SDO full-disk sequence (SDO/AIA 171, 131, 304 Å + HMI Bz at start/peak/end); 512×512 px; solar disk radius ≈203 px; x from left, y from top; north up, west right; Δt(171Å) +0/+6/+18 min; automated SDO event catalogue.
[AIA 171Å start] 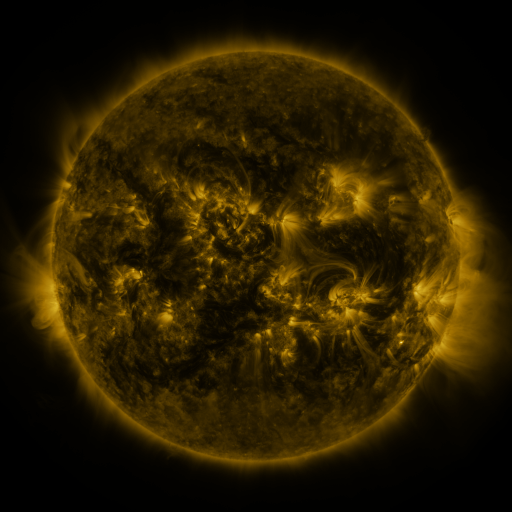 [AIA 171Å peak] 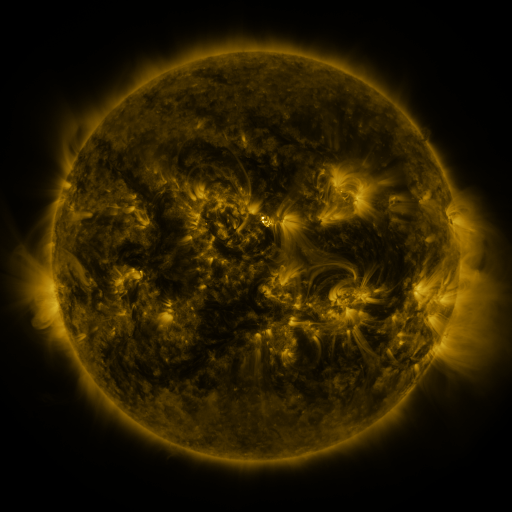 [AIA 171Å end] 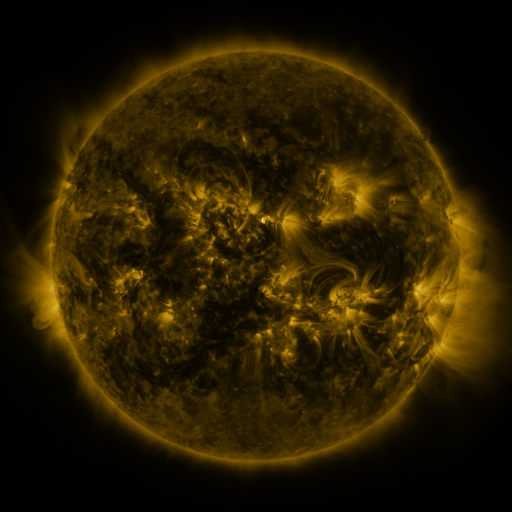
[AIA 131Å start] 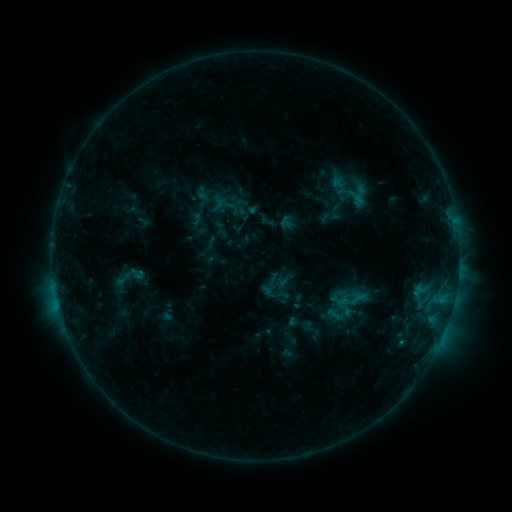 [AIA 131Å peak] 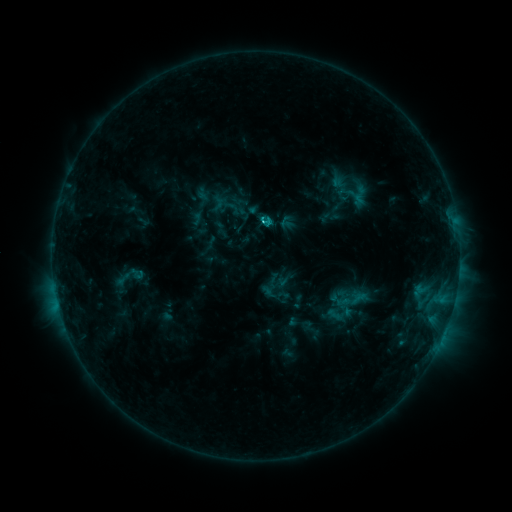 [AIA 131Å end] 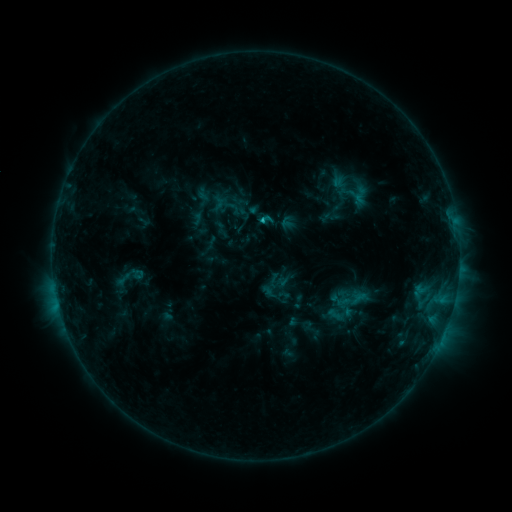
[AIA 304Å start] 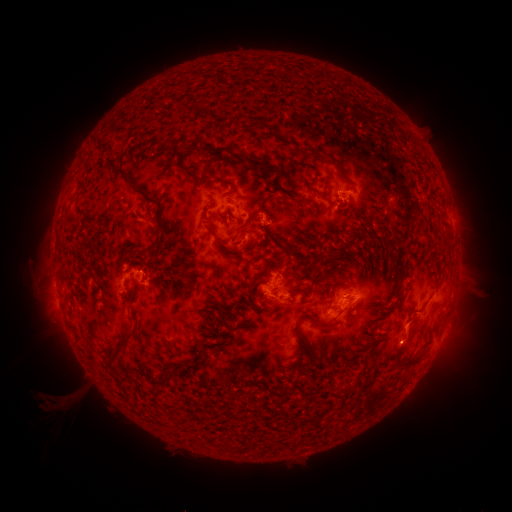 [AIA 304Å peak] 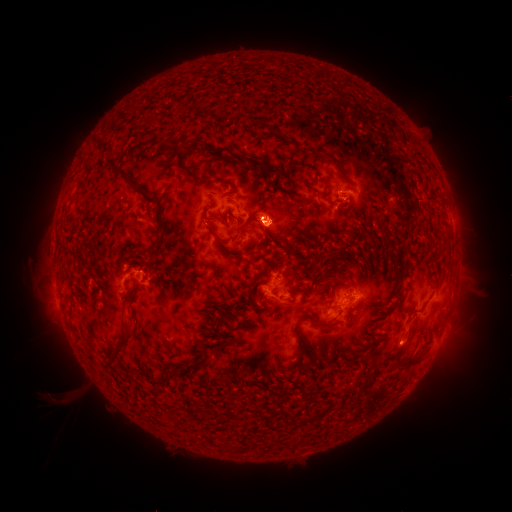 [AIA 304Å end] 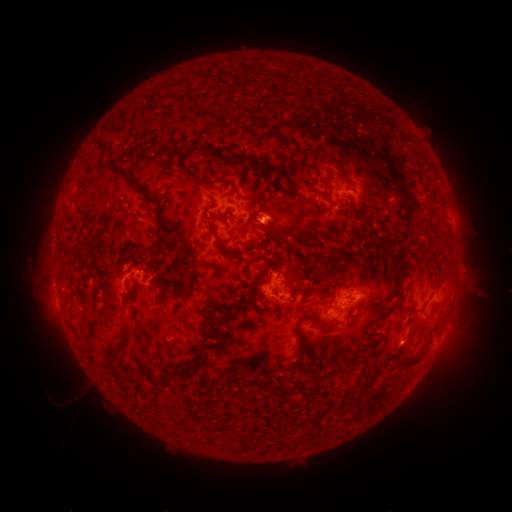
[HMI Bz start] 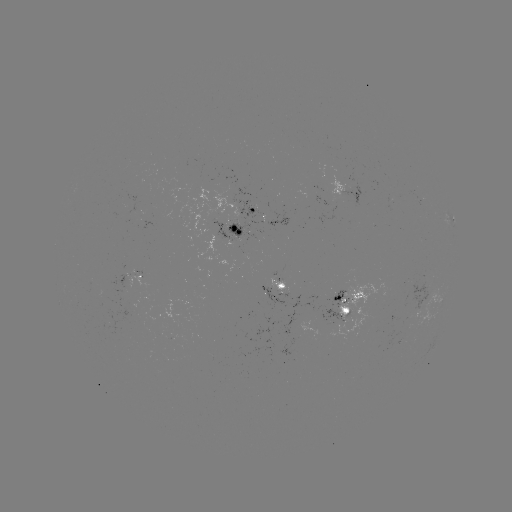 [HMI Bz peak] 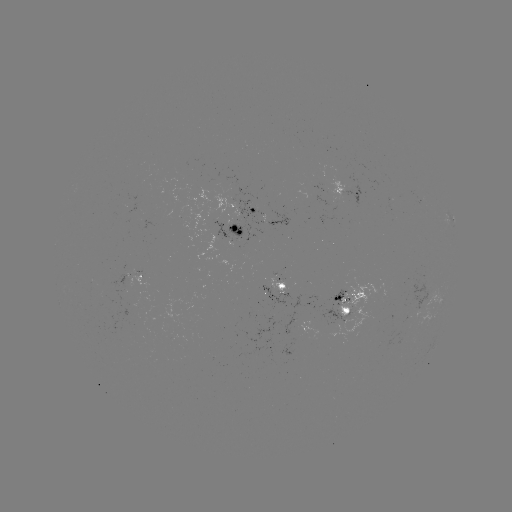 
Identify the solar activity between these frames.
C1.3 flare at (263, 224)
